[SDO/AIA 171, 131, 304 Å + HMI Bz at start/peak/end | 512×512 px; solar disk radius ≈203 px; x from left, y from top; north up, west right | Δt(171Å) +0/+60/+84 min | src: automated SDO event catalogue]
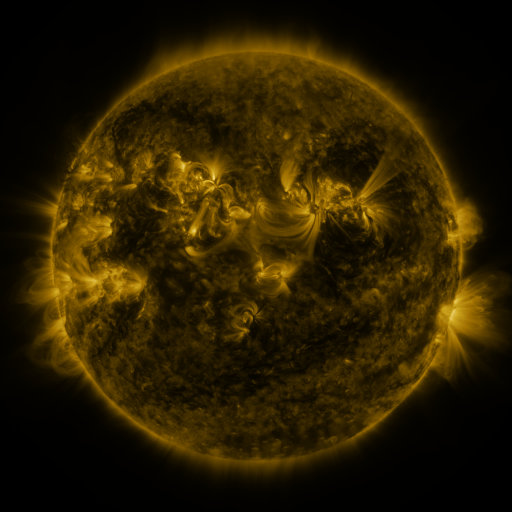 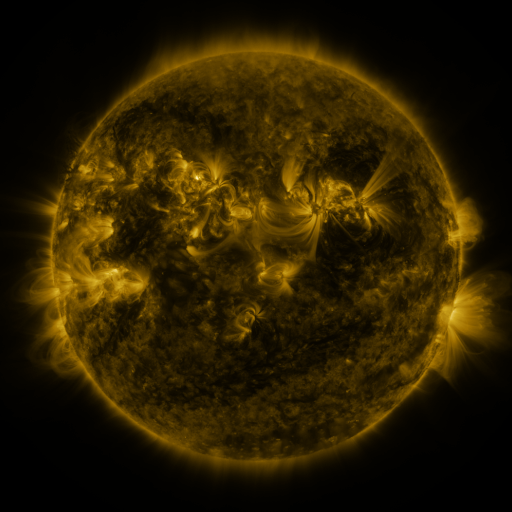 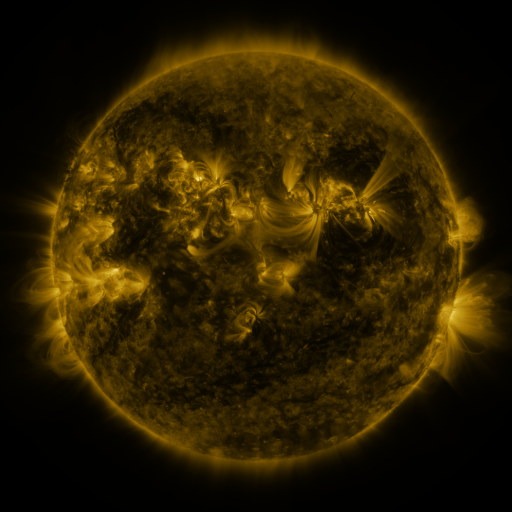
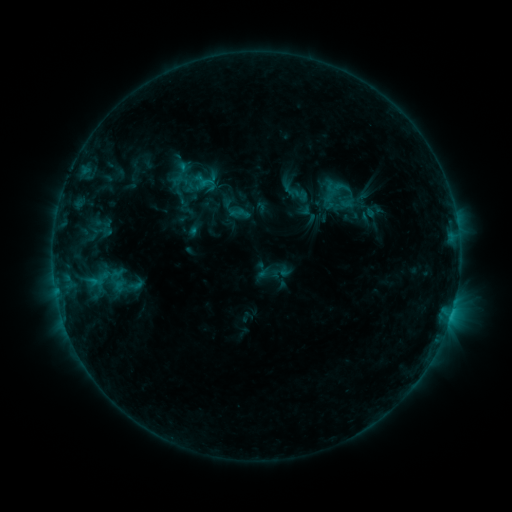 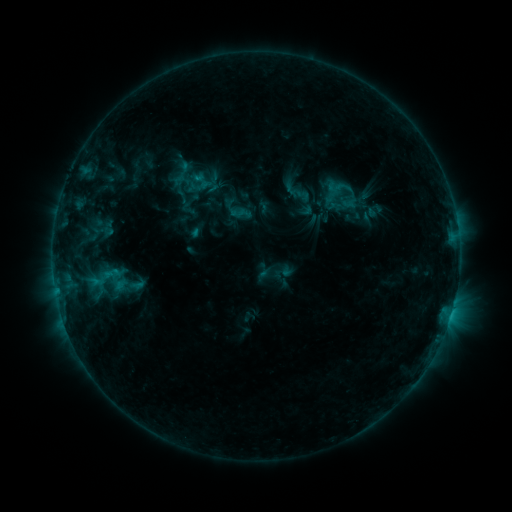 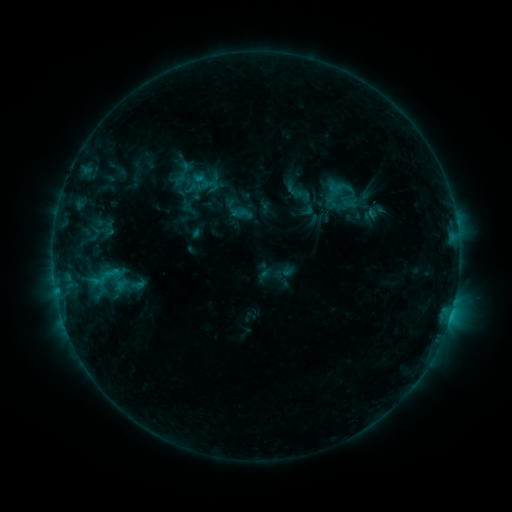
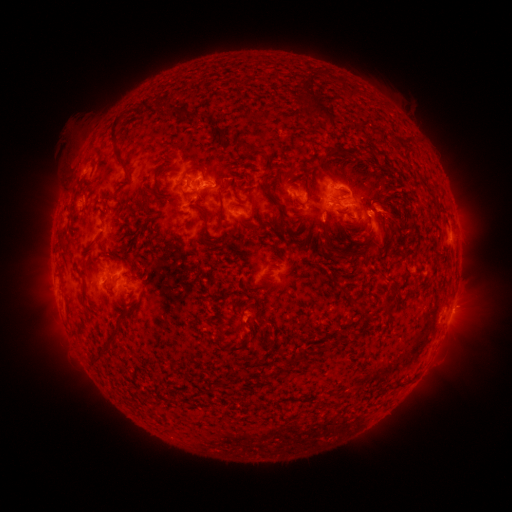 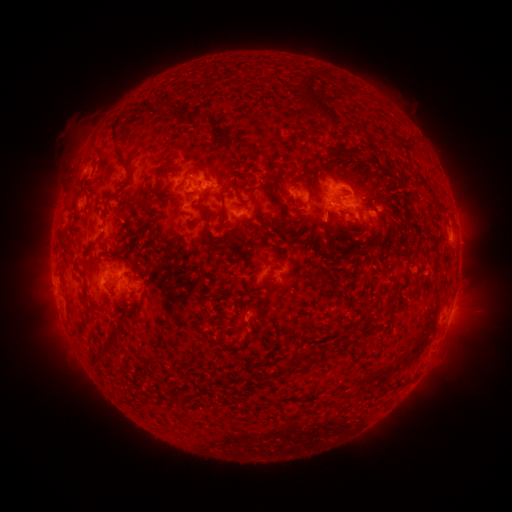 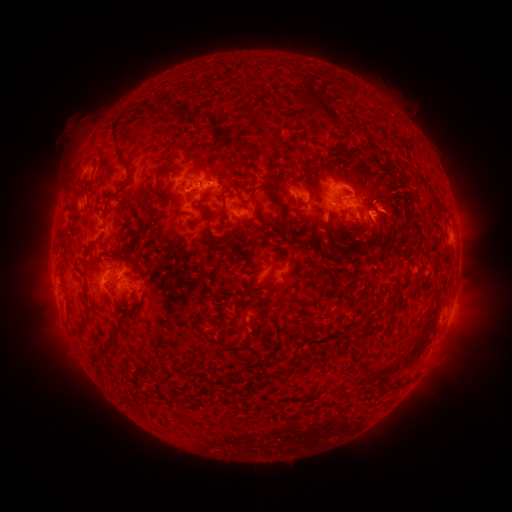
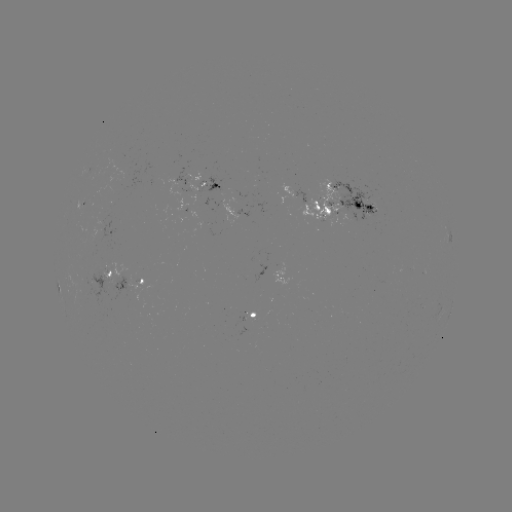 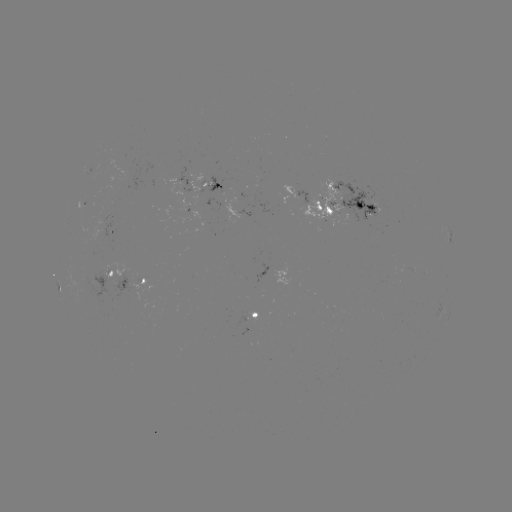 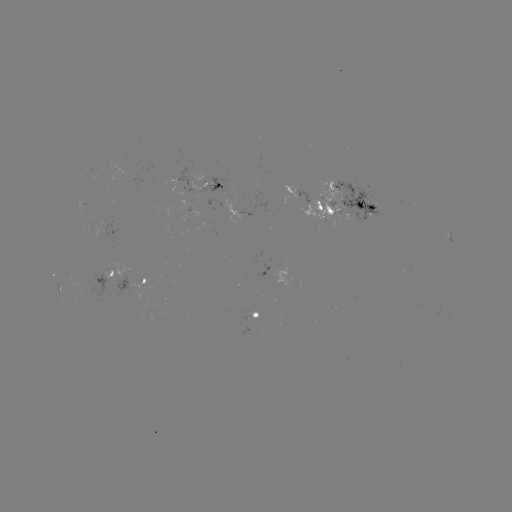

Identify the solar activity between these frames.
emerging-flux region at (109, 273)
